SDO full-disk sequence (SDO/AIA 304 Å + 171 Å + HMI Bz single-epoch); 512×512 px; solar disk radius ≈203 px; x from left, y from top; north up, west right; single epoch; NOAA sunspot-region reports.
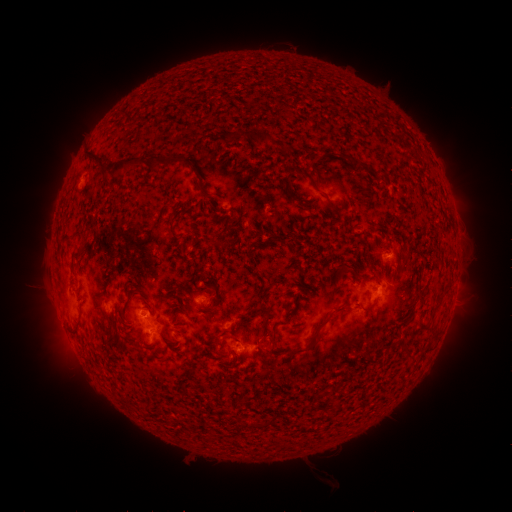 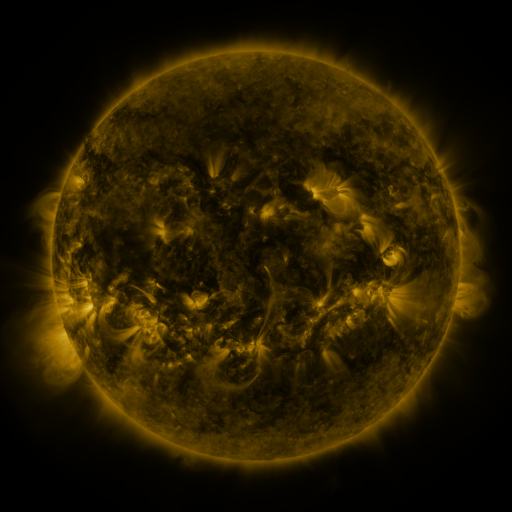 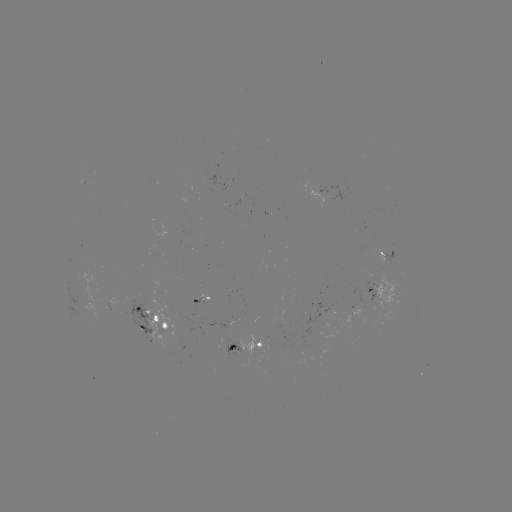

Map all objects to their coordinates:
spotted active region: (389, 254)
spotted active region: (380, 290)
spotted active region: (454, 294)
spotted active region: (200, 301)
spotted active region: (156, 321)
spotted active region: (252, 348)
